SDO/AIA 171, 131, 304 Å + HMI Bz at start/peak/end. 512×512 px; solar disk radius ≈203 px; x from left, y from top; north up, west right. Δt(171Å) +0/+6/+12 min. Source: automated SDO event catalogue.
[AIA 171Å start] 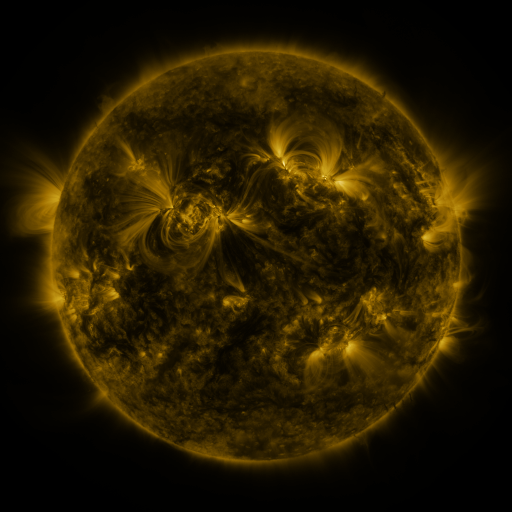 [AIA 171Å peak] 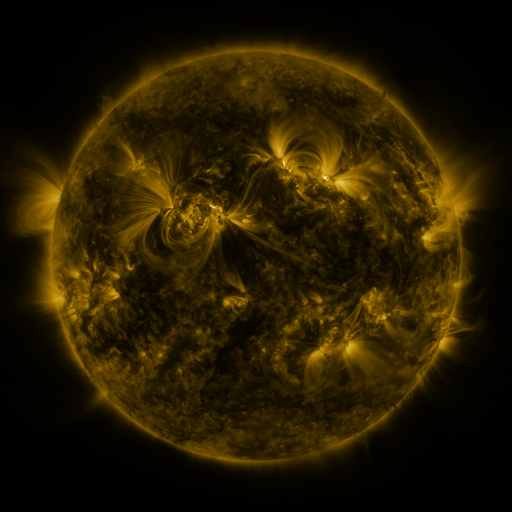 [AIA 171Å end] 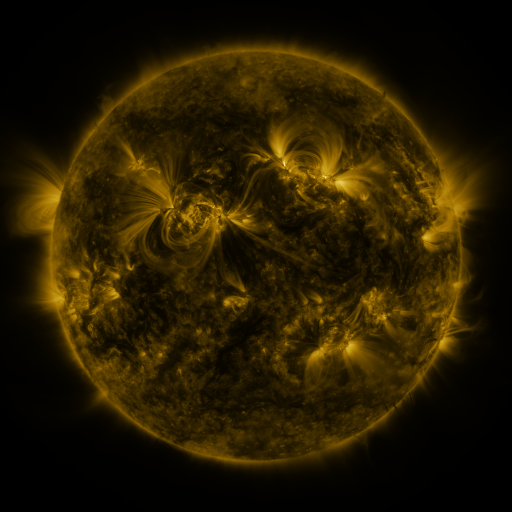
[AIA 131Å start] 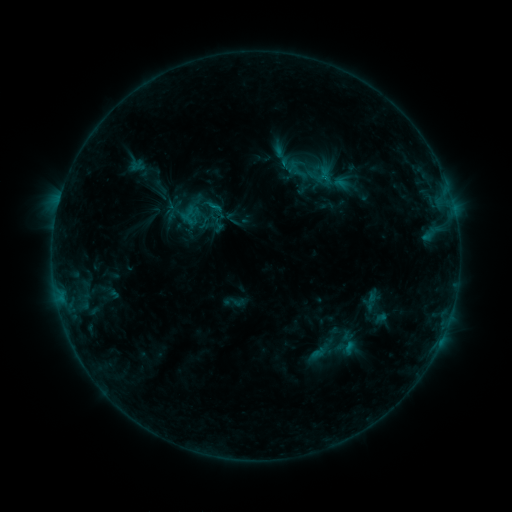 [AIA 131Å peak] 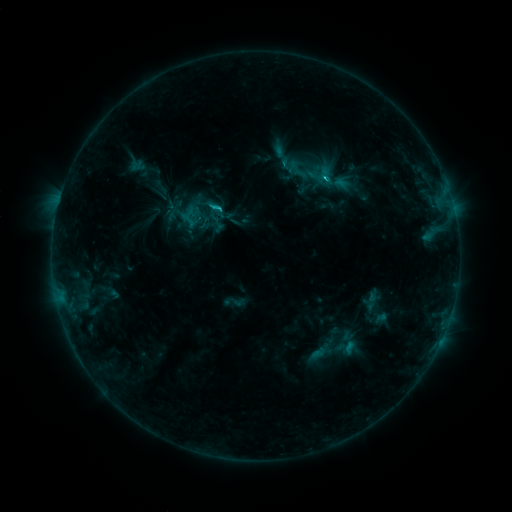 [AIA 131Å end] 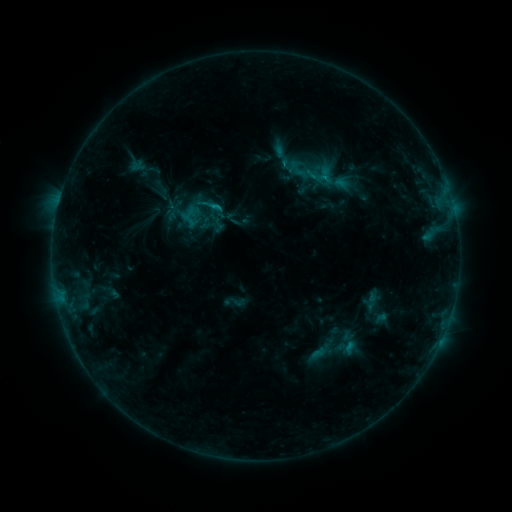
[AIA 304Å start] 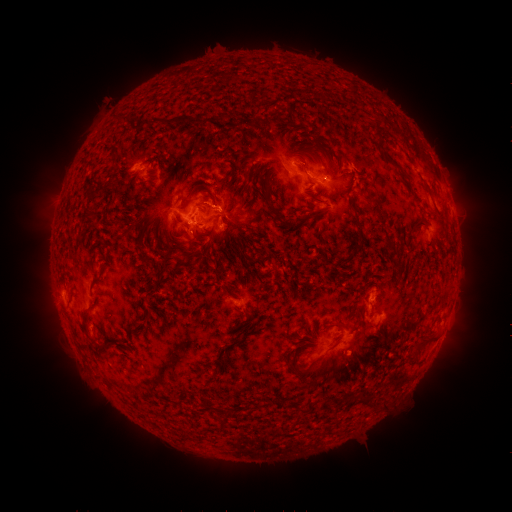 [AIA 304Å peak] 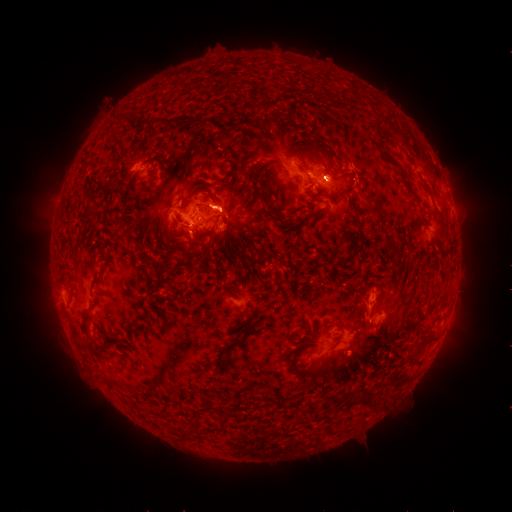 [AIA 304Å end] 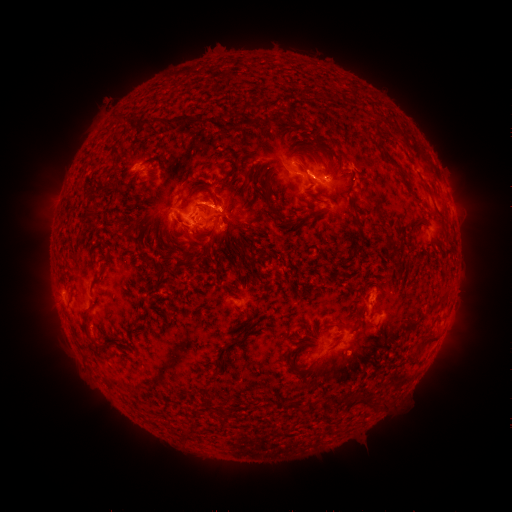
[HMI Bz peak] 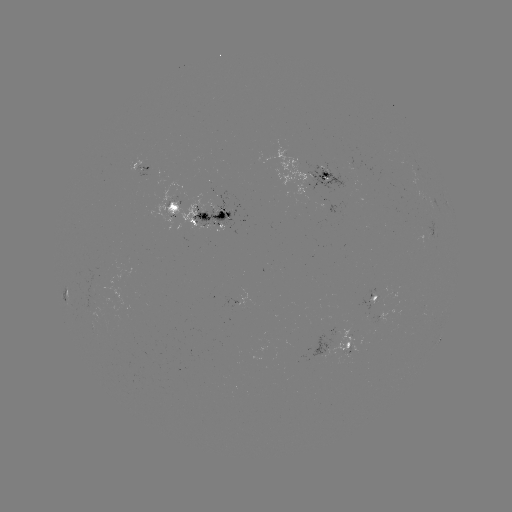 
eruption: <bbox>430, 290, 479, 373</bbox>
